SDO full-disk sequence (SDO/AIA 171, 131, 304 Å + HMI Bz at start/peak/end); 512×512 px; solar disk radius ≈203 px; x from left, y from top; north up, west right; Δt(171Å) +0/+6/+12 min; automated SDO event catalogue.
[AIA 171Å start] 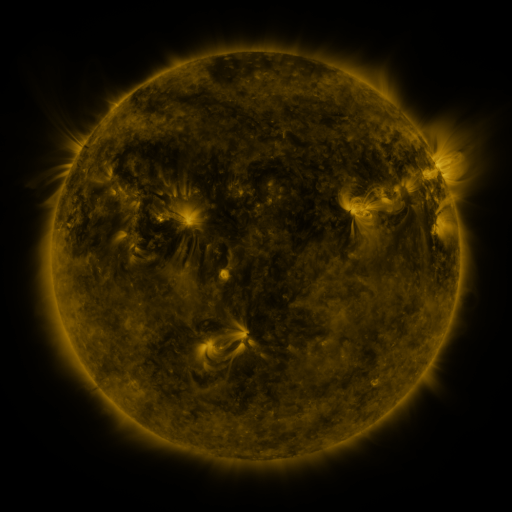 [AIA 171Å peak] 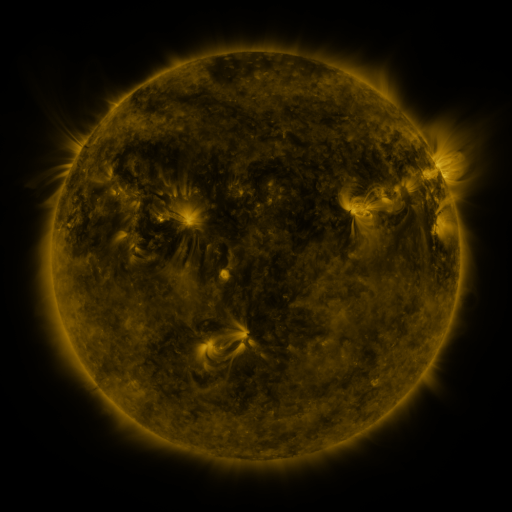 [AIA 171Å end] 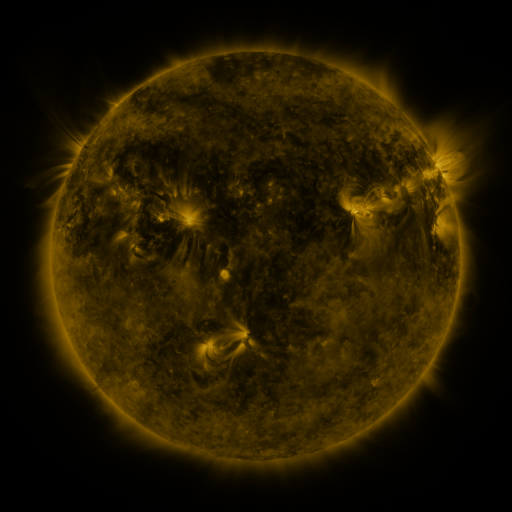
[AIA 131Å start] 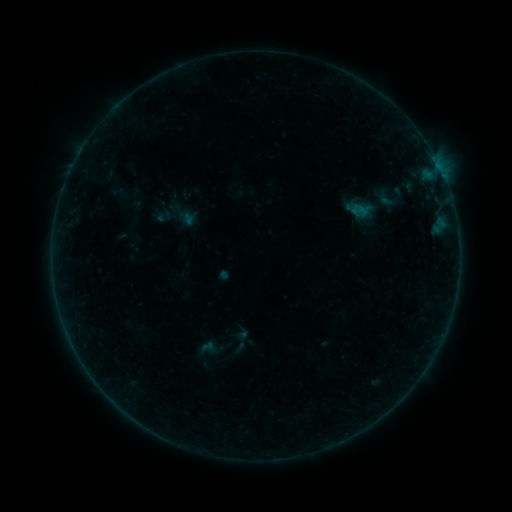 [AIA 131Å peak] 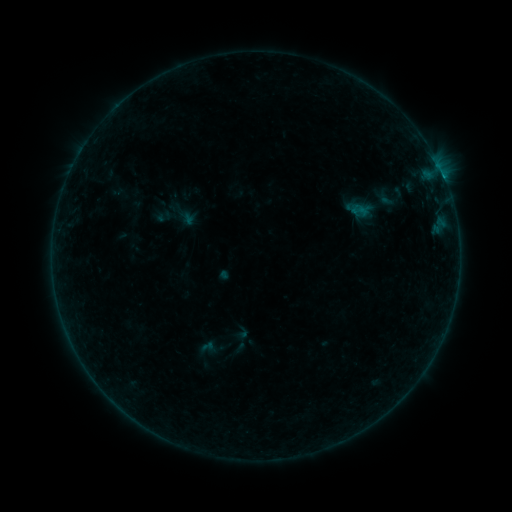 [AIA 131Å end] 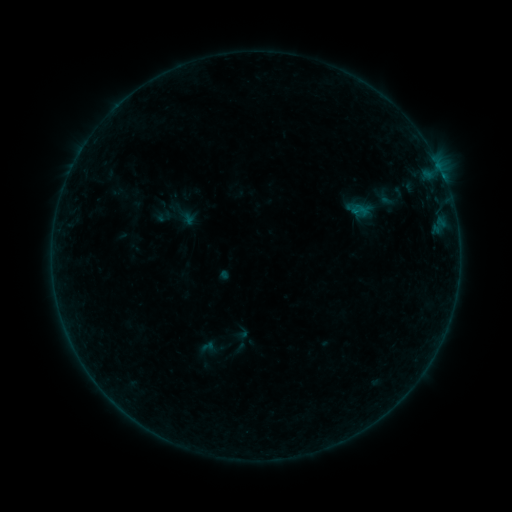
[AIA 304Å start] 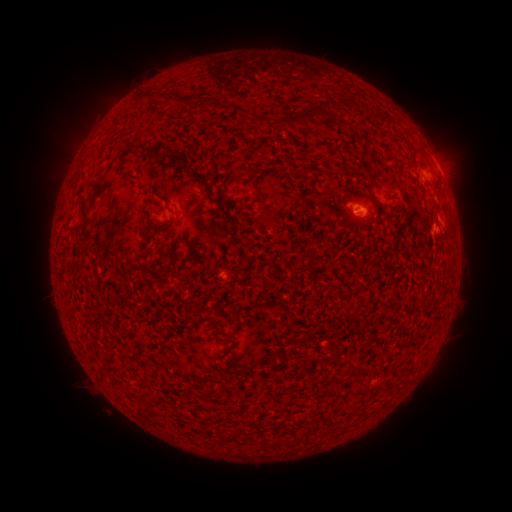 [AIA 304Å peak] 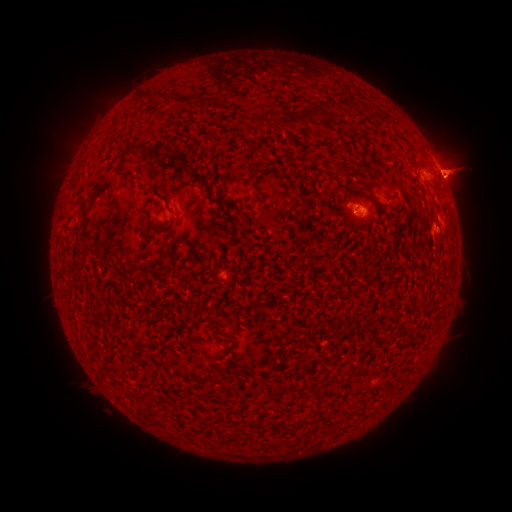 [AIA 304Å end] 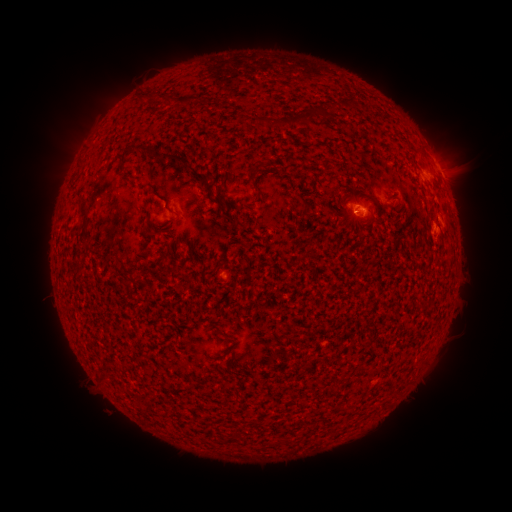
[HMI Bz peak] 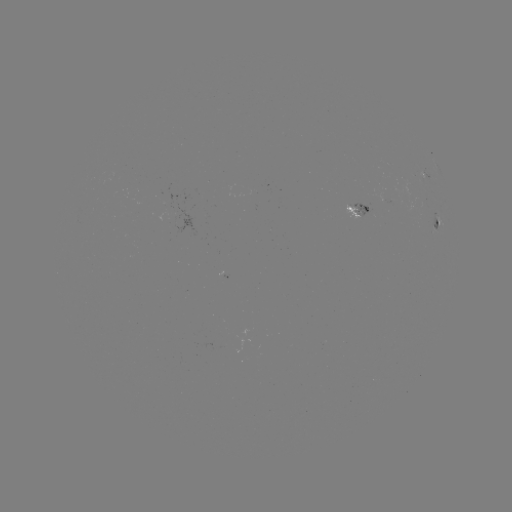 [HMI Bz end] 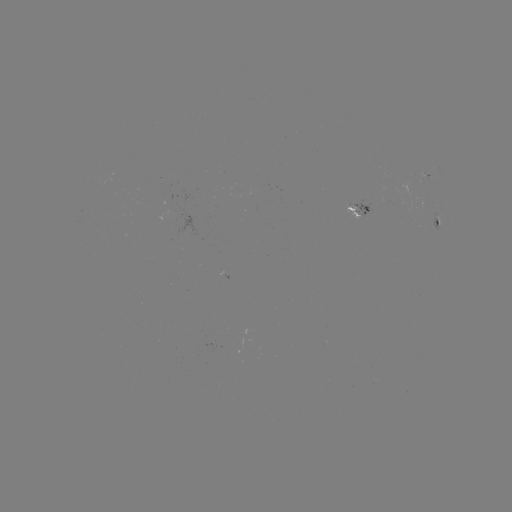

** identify B2.5 flare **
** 444,181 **